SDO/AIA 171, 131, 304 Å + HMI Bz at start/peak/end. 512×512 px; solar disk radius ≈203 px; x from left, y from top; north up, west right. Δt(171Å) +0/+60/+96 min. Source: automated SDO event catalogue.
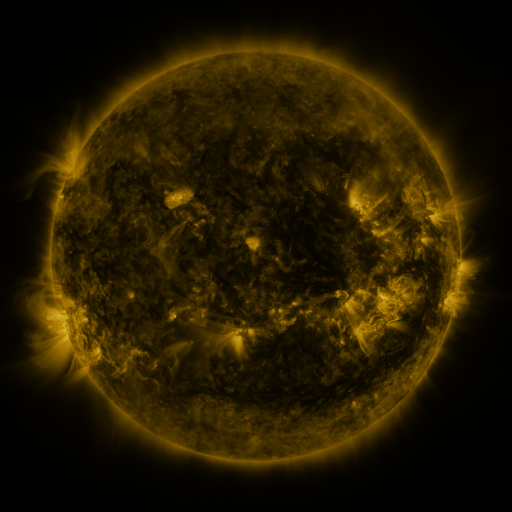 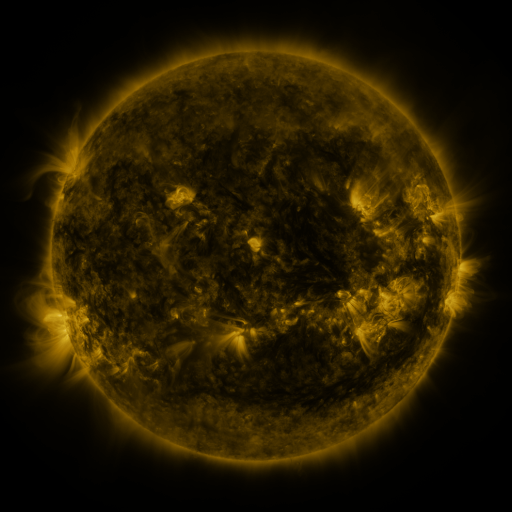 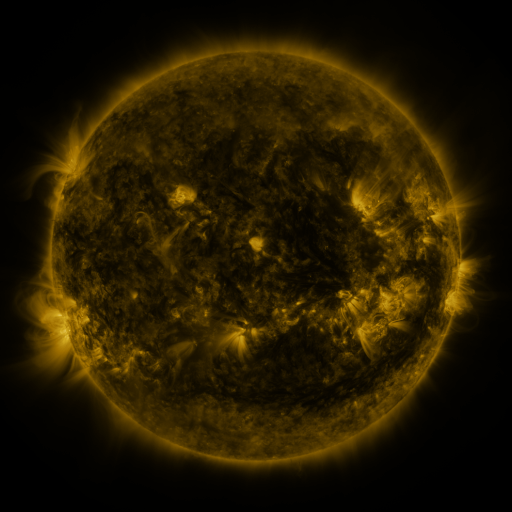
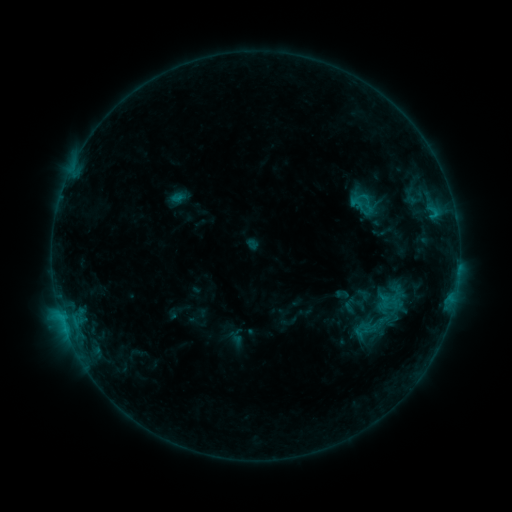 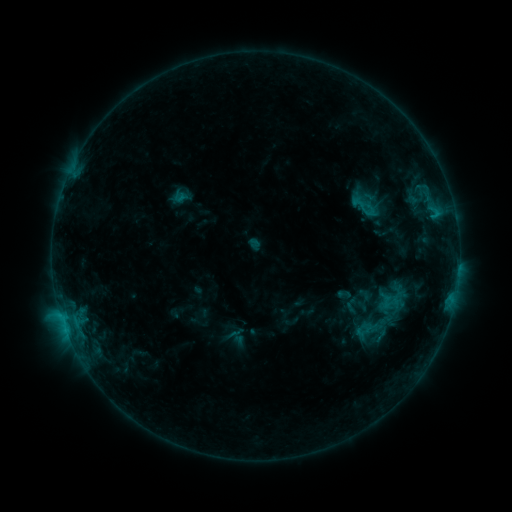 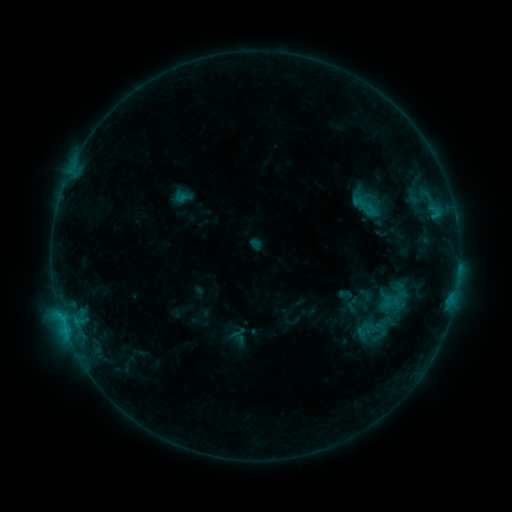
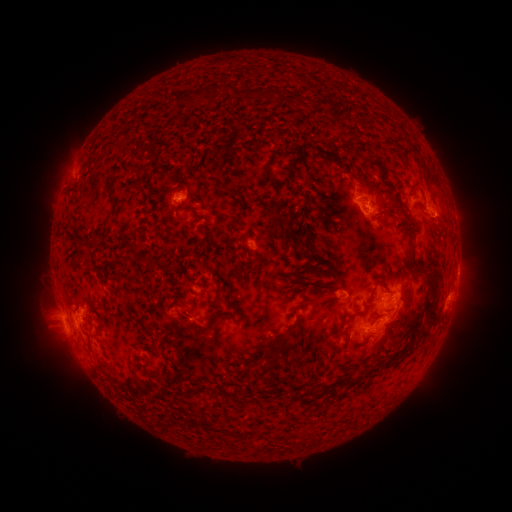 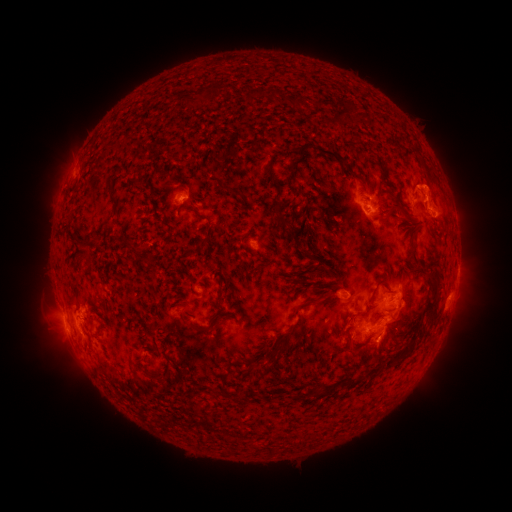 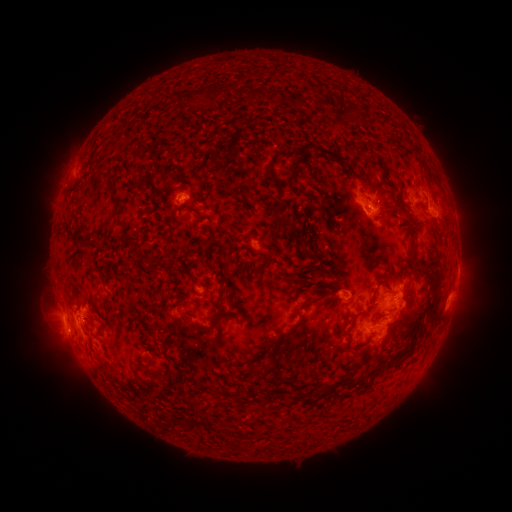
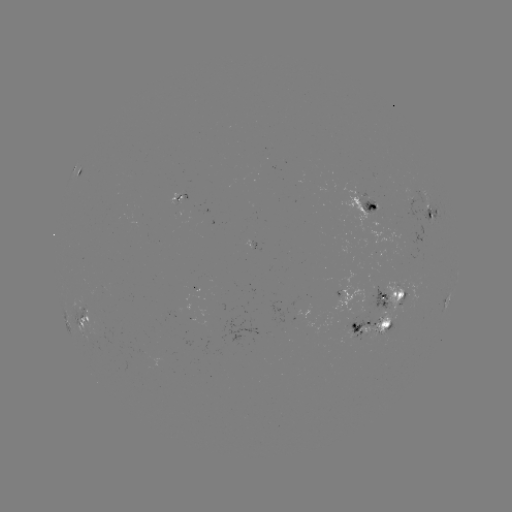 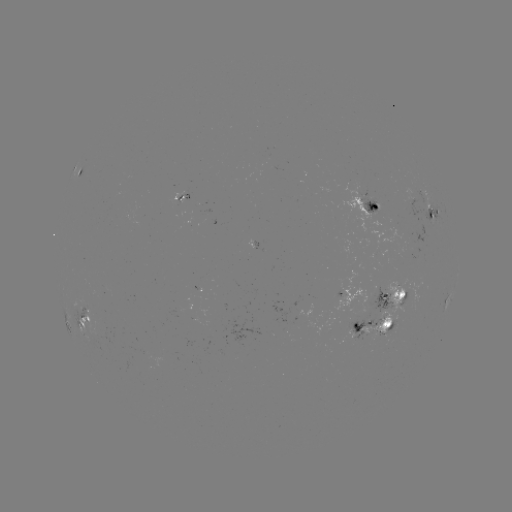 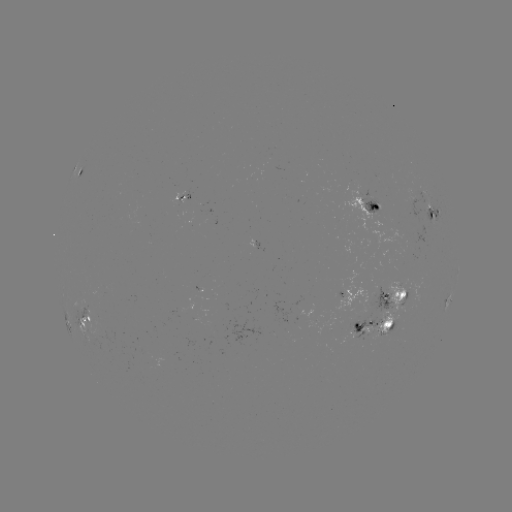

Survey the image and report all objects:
emerging-flux region: (341, 286)
